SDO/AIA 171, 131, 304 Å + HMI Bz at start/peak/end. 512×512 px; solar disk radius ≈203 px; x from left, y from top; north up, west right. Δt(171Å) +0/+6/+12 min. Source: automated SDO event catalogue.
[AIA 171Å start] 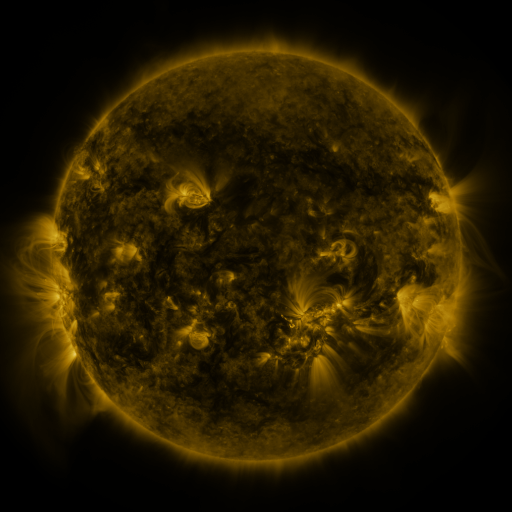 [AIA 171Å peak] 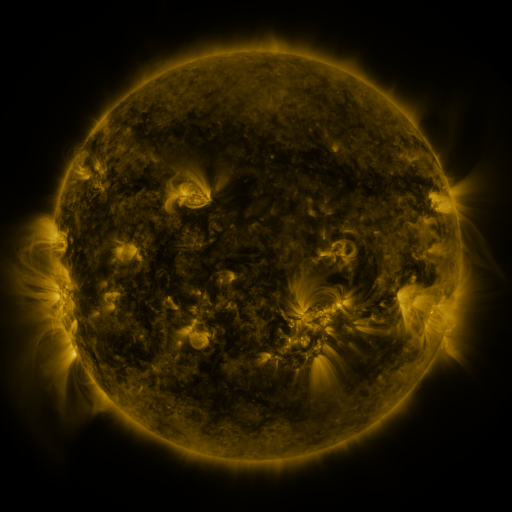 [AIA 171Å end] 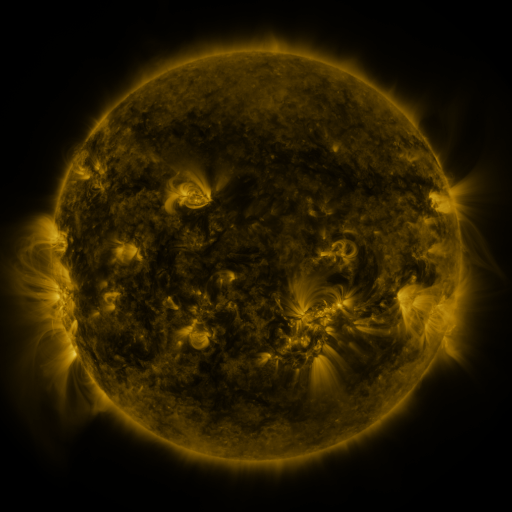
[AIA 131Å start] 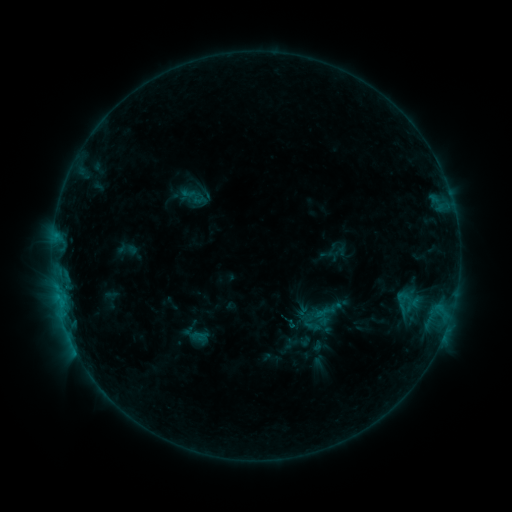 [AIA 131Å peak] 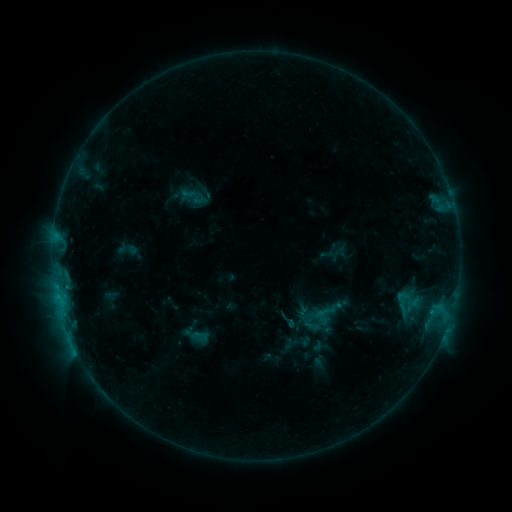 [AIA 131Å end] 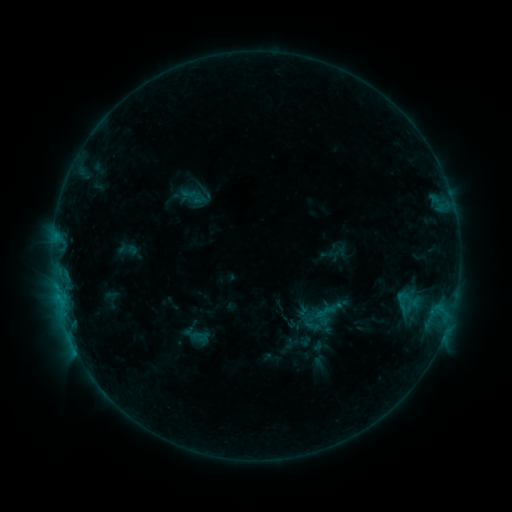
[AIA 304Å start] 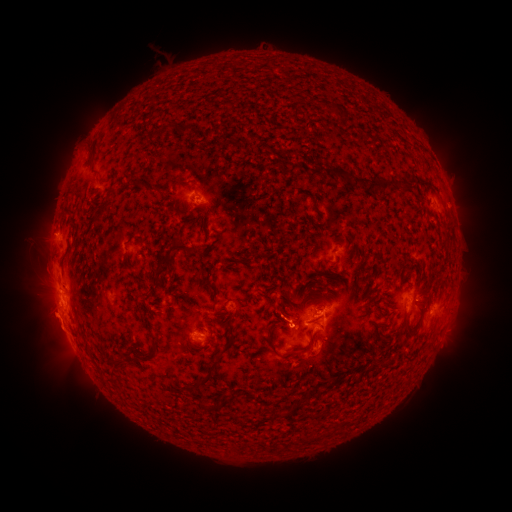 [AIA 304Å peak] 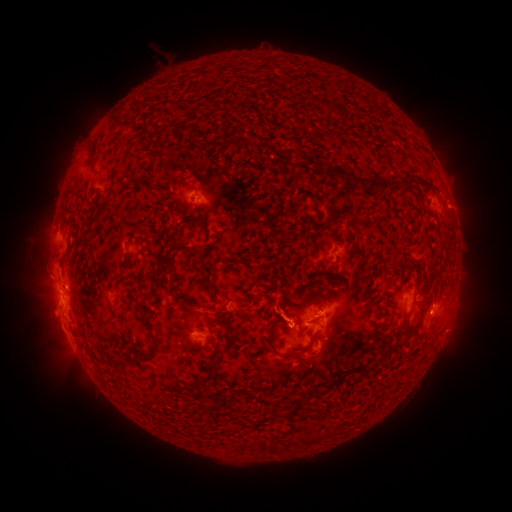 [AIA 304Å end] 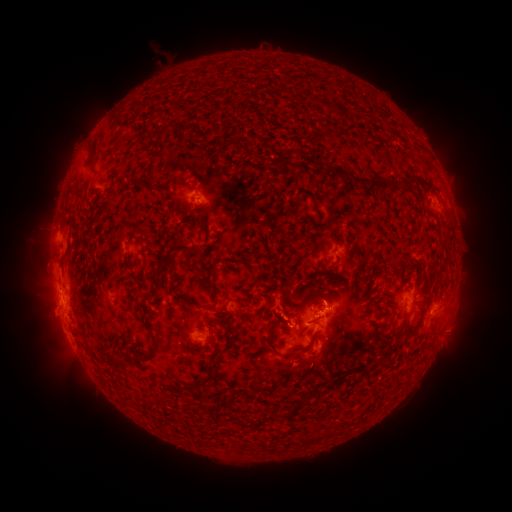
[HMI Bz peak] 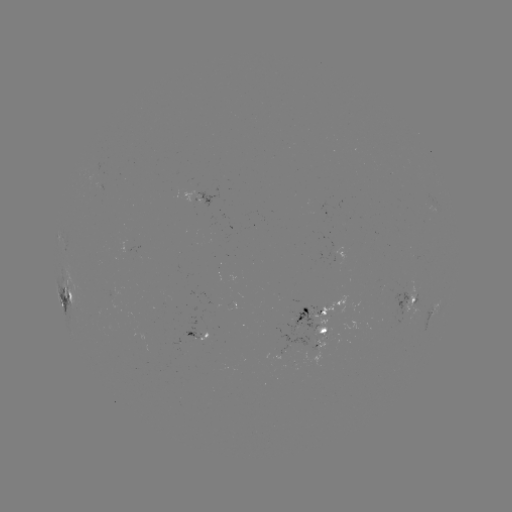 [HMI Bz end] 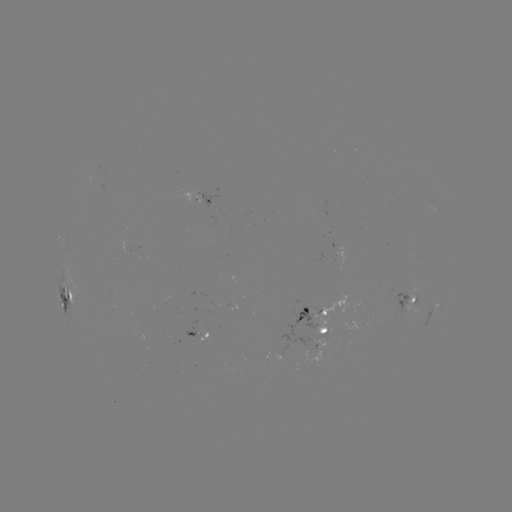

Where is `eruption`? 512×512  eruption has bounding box [16, 245, 64, 302].